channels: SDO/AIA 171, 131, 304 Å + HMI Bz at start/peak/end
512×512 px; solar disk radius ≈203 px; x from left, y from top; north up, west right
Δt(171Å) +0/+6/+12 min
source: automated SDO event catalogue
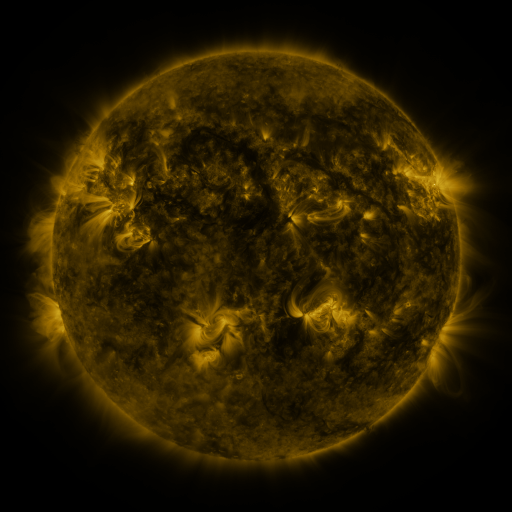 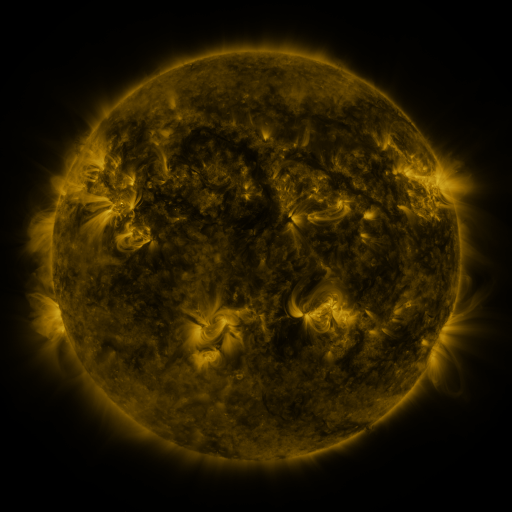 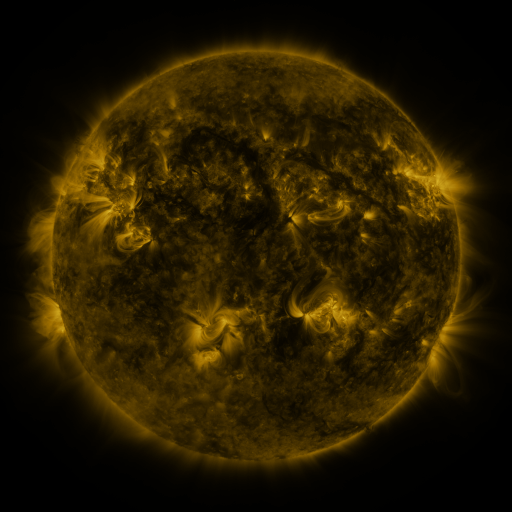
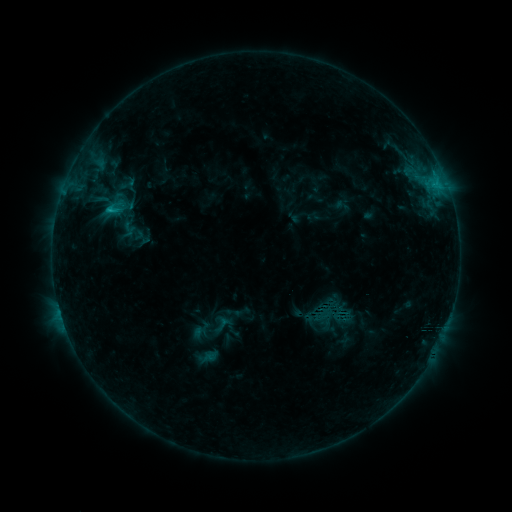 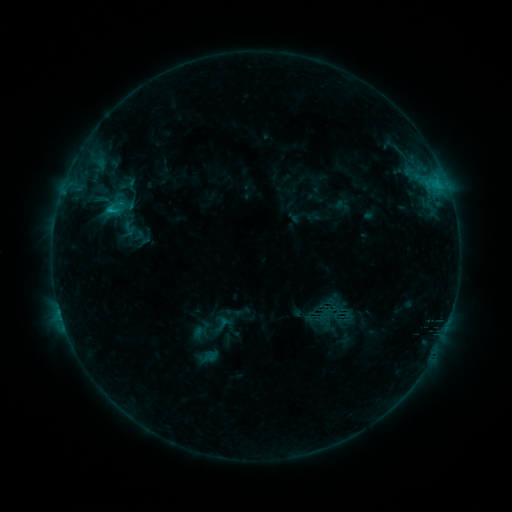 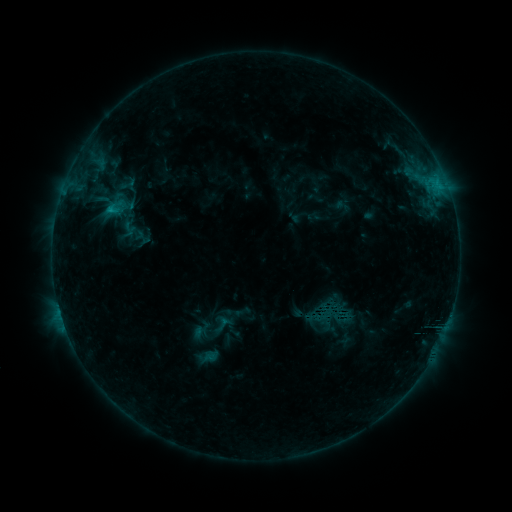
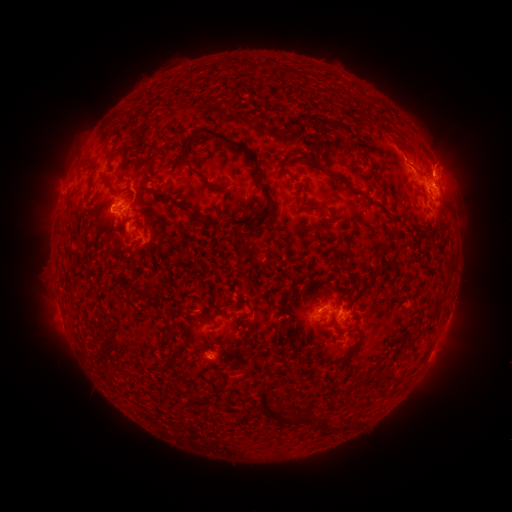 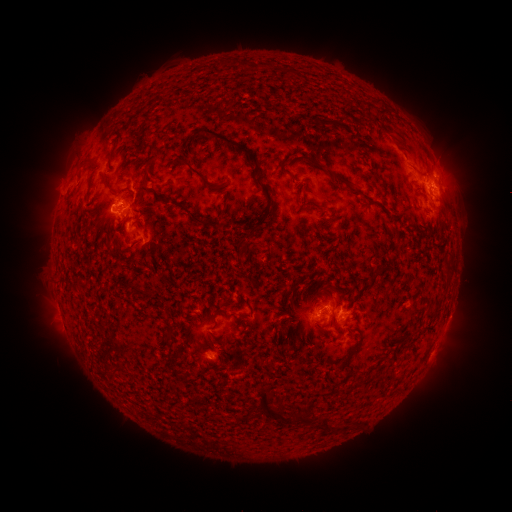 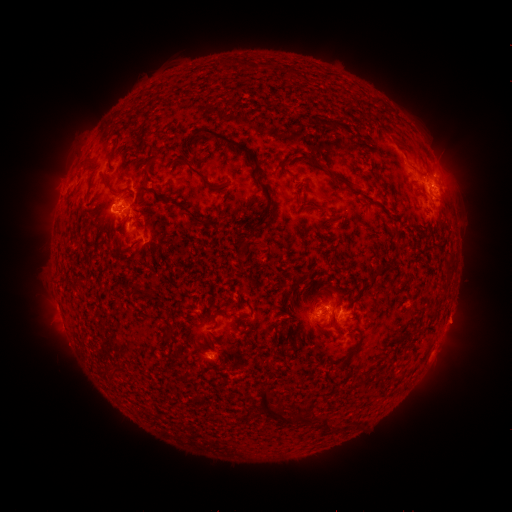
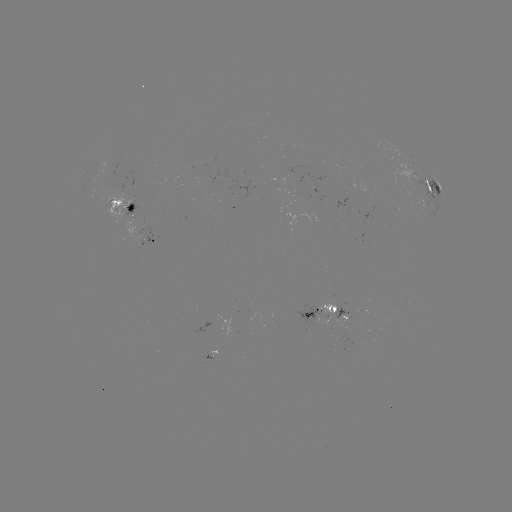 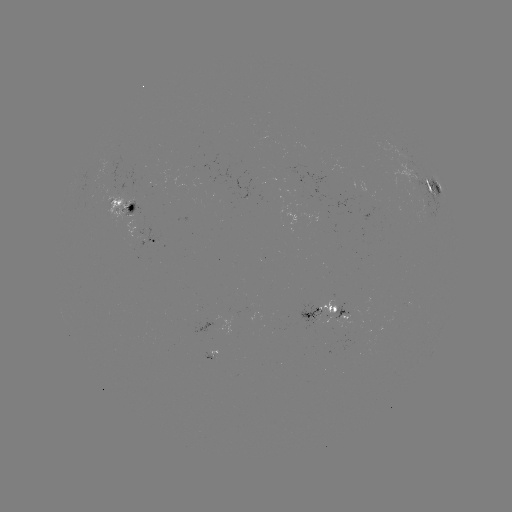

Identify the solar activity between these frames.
eruption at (457, 324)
